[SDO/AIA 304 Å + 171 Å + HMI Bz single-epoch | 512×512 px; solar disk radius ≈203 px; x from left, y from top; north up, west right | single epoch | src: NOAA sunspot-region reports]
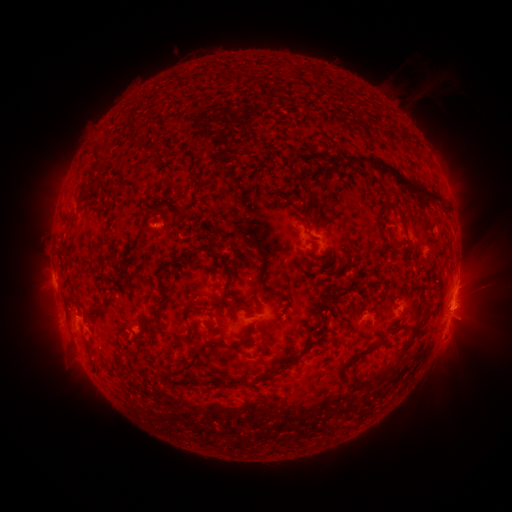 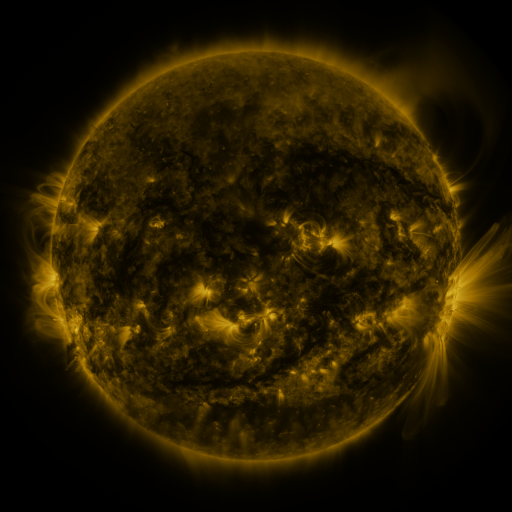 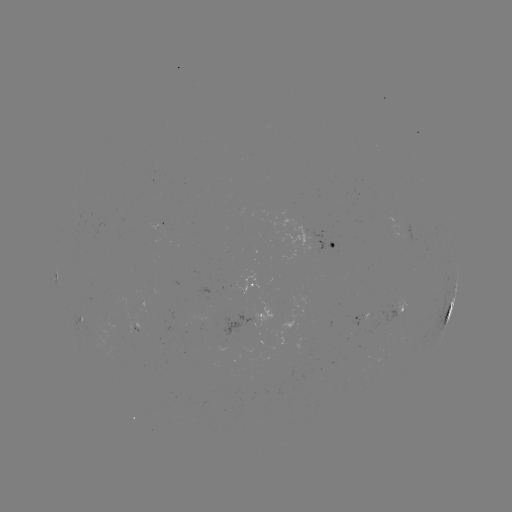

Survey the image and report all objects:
spotted active region: (328, 242)
spotted active region: (256, 283)
spotted active region: (453, 299)
spotted active region: (406, 305)
spotted active region: (364, 315)
spotted active region: (252, 317)
